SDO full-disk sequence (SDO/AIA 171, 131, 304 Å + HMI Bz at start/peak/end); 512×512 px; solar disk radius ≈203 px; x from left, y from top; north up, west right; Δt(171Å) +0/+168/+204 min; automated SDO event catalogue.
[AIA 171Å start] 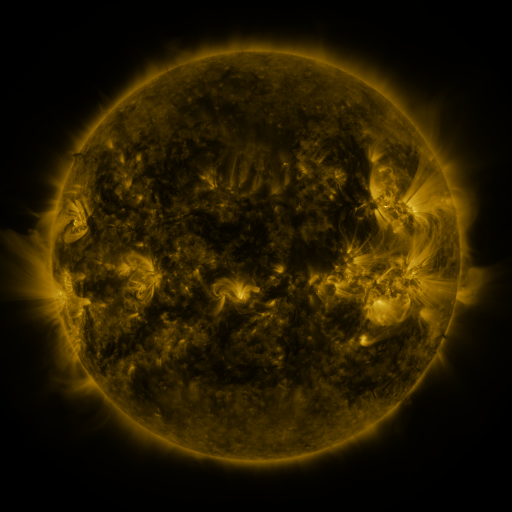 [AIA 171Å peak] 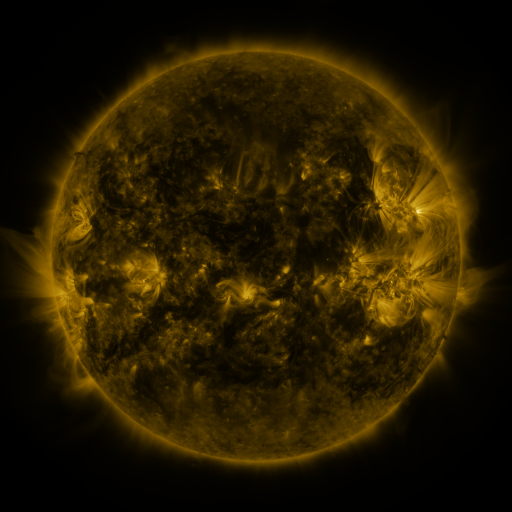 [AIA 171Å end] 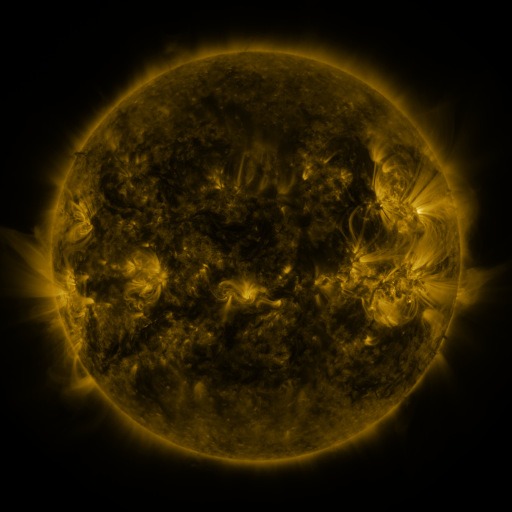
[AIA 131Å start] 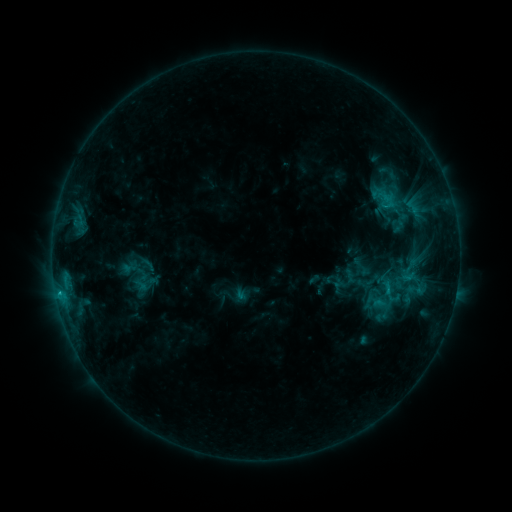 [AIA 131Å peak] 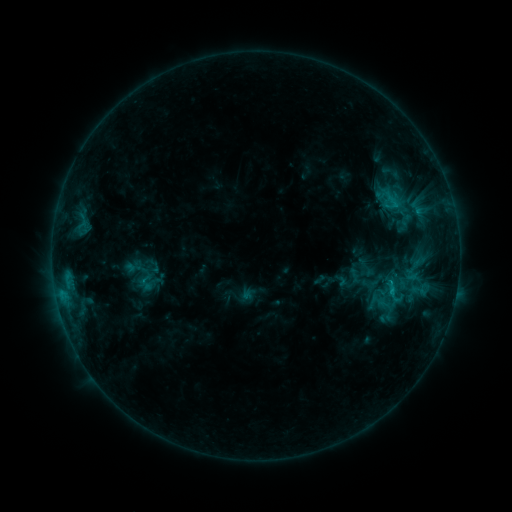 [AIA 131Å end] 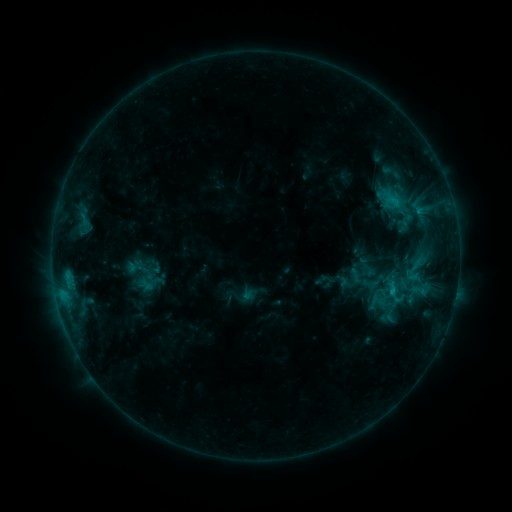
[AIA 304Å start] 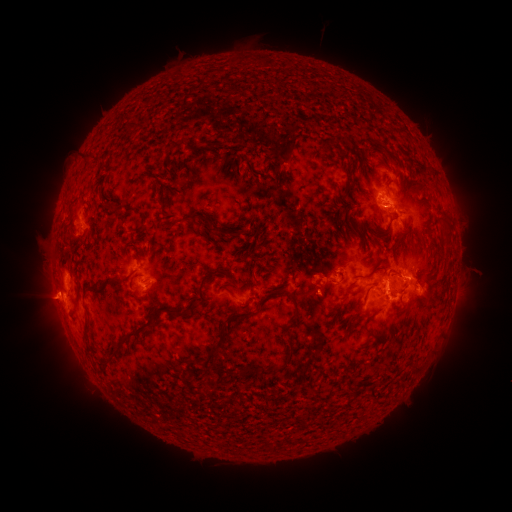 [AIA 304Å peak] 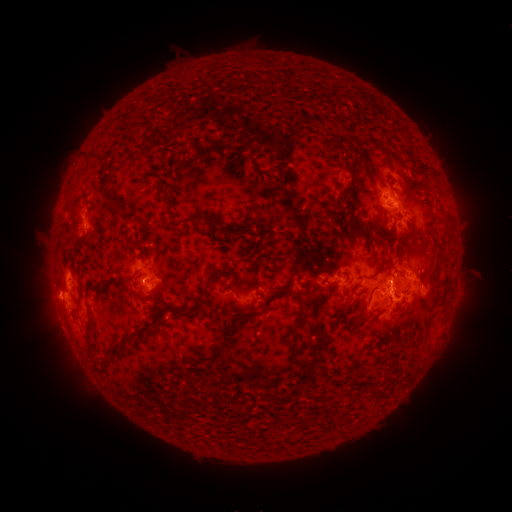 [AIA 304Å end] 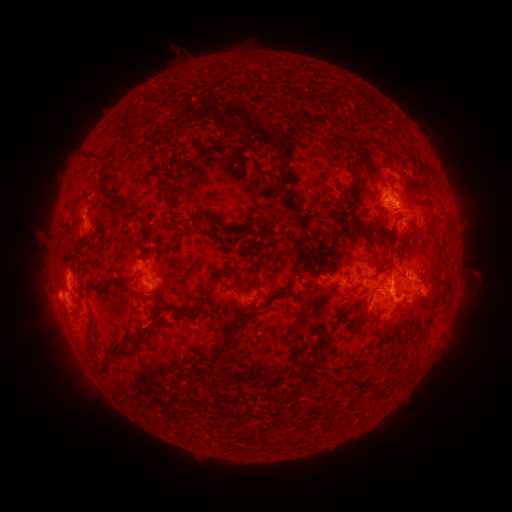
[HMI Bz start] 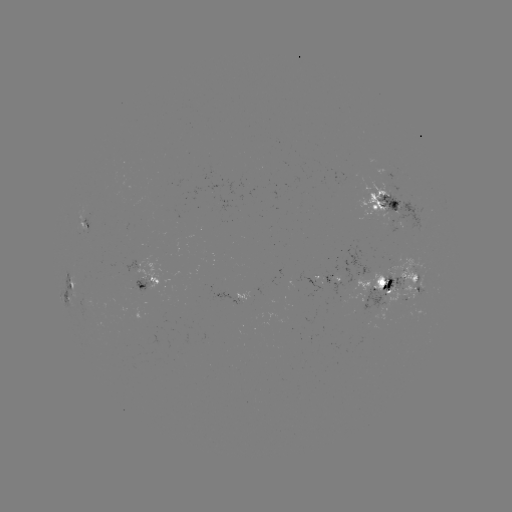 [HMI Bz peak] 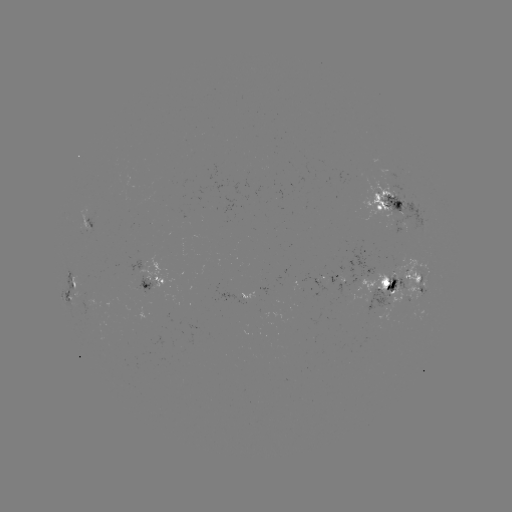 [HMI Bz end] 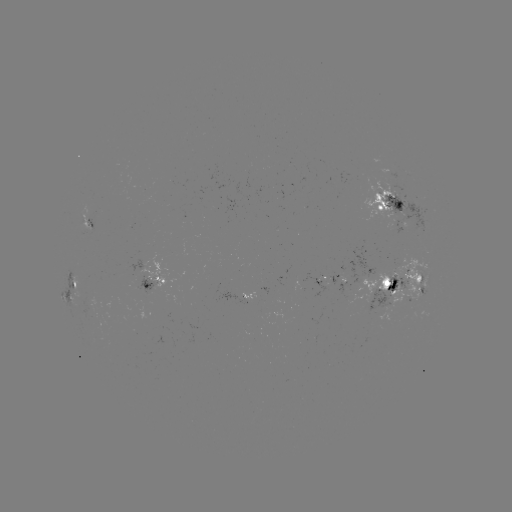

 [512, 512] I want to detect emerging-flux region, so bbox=[327, 276, 337, 287].